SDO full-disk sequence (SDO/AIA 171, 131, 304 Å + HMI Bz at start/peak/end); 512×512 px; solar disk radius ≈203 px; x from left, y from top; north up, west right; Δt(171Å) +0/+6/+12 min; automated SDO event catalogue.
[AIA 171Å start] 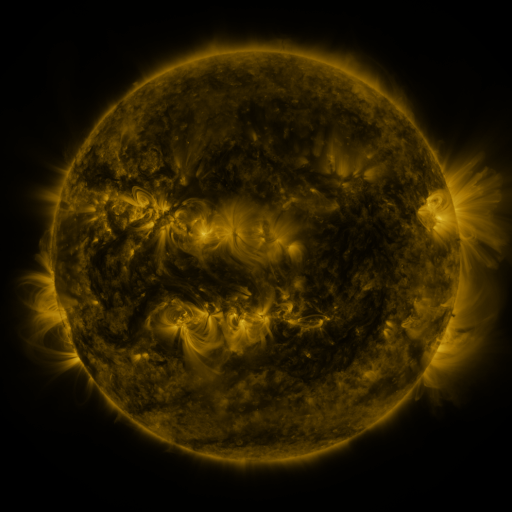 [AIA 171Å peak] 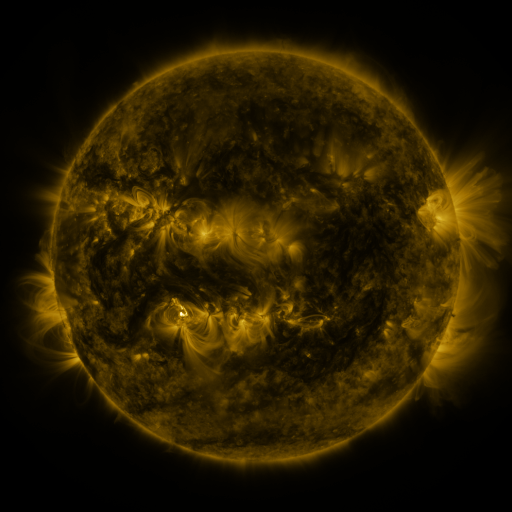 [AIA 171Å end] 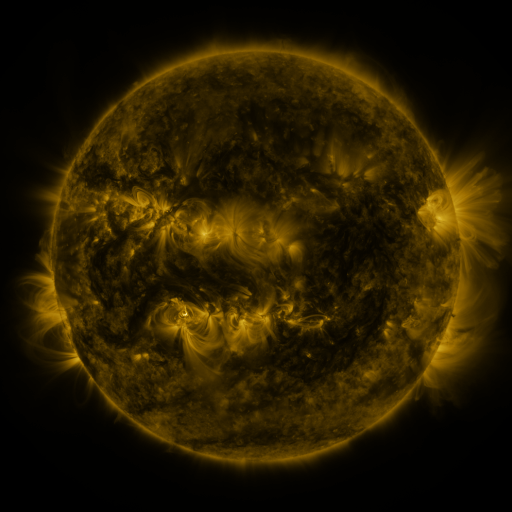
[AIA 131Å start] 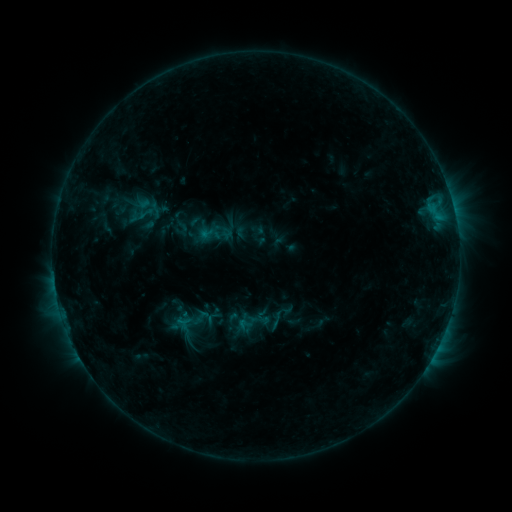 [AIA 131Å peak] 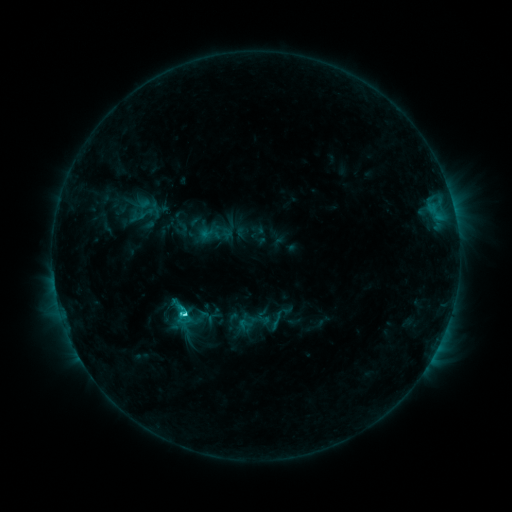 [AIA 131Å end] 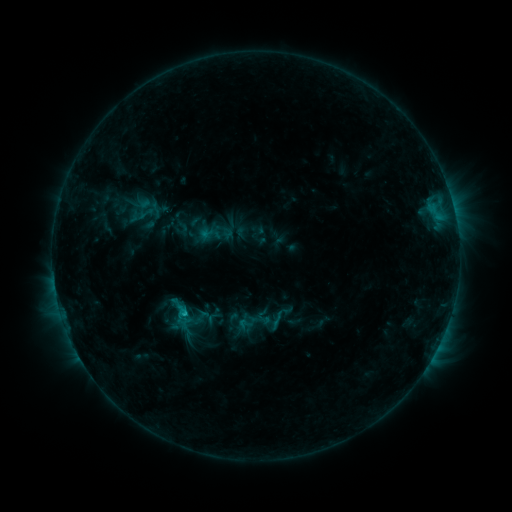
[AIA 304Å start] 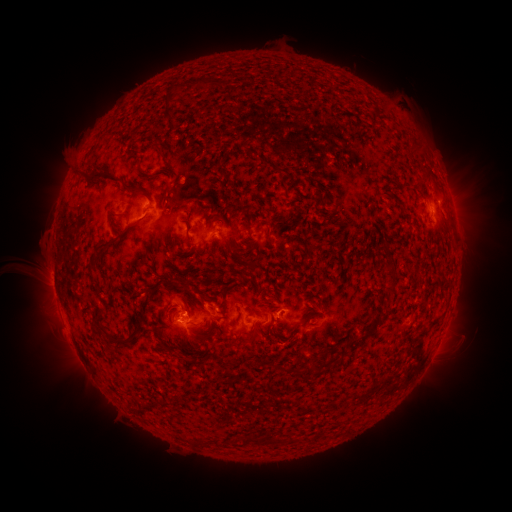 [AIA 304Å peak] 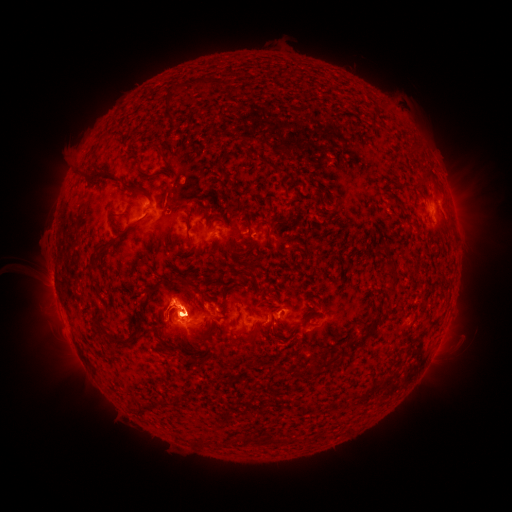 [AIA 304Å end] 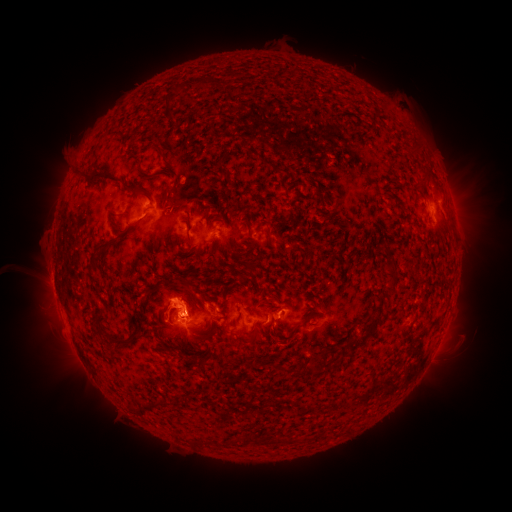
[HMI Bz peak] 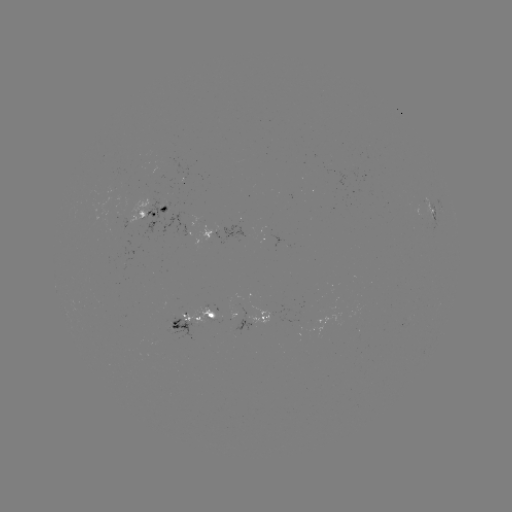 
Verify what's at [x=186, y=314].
C2.1 flare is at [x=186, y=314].